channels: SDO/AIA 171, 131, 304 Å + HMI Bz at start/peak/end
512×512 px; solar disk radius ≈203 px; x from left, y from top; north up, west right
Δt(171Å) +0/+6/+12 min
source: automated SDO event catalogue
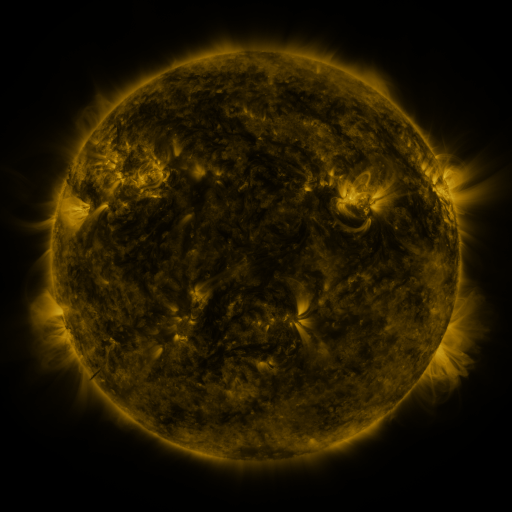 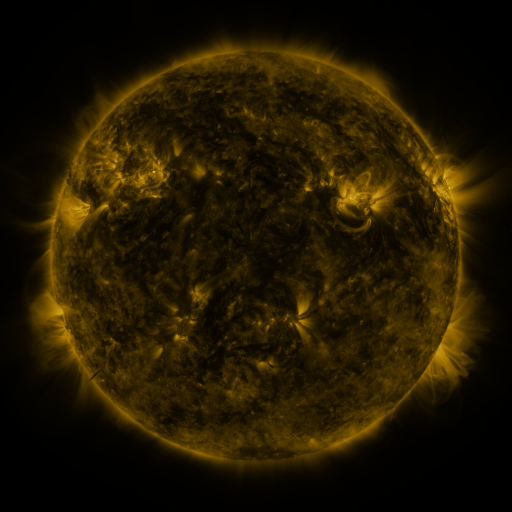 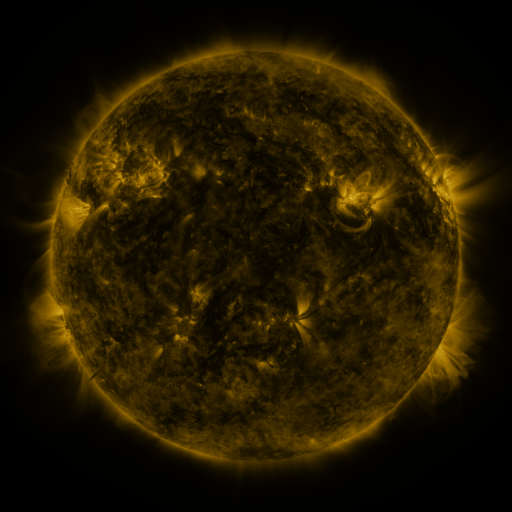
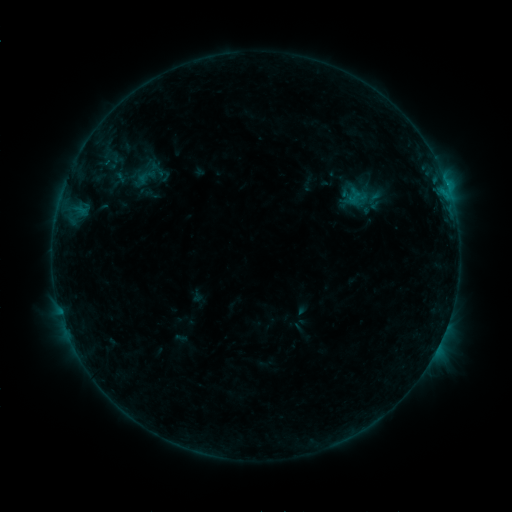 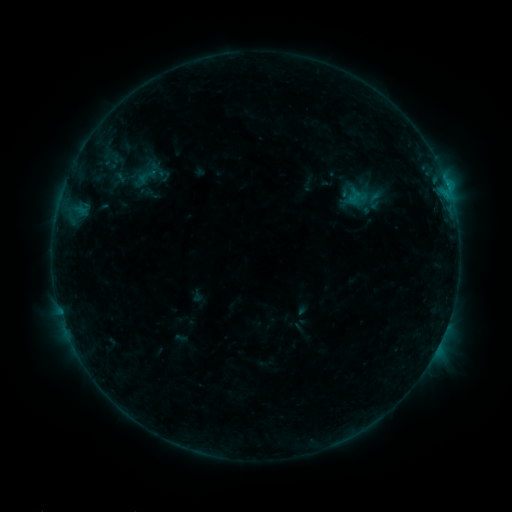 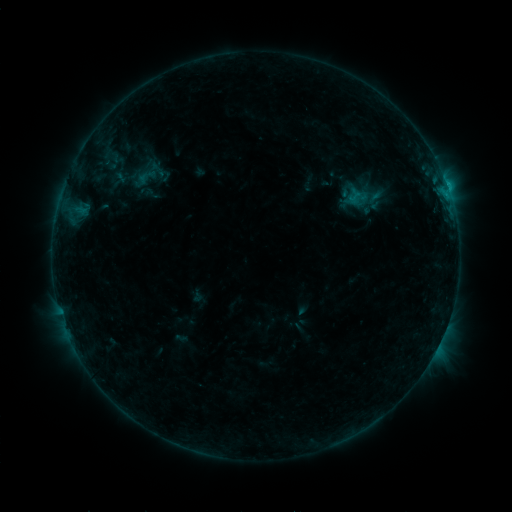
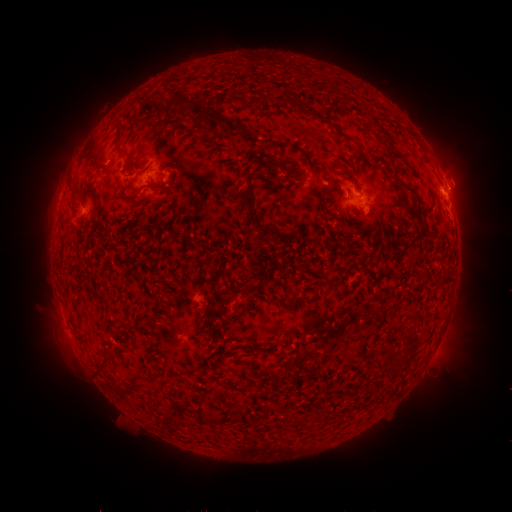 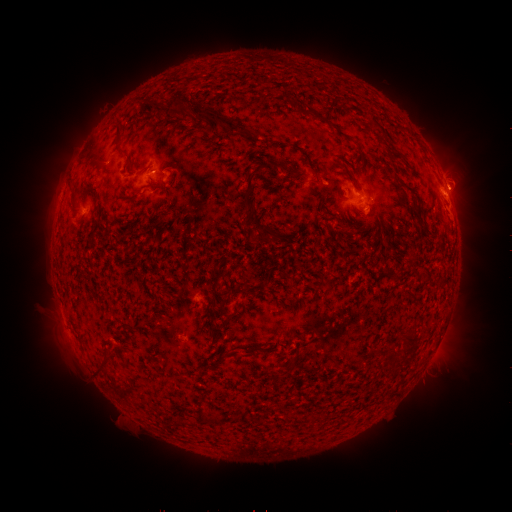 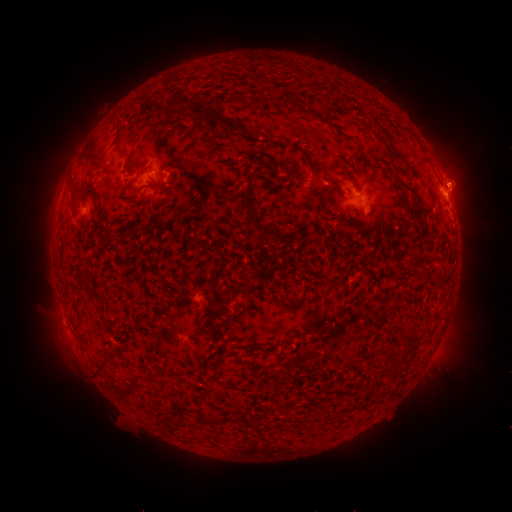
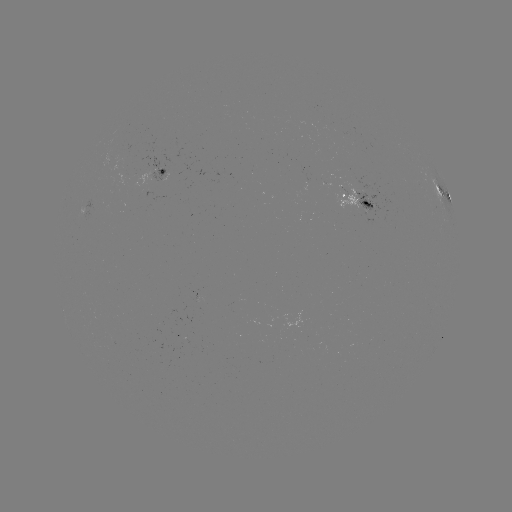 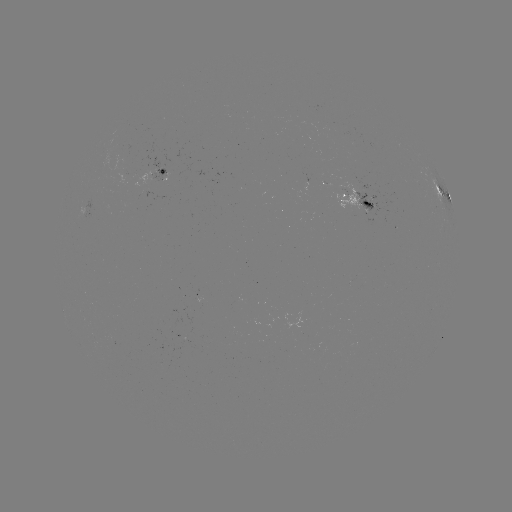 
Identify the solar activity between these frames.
eruption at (463, 177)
